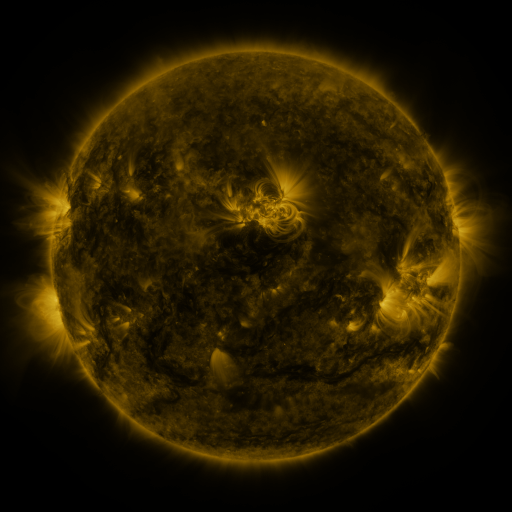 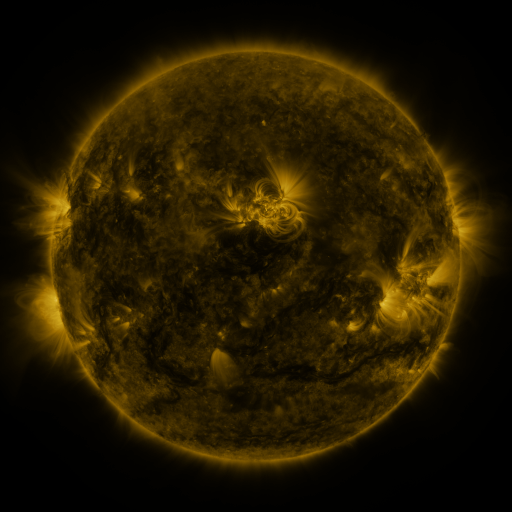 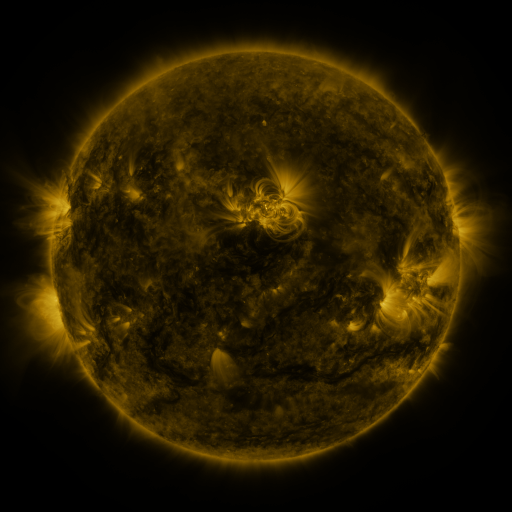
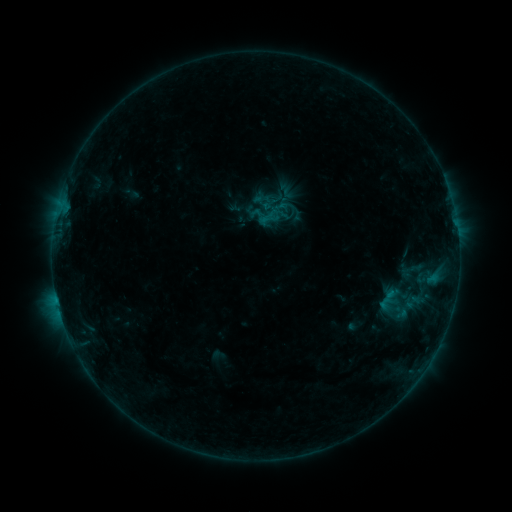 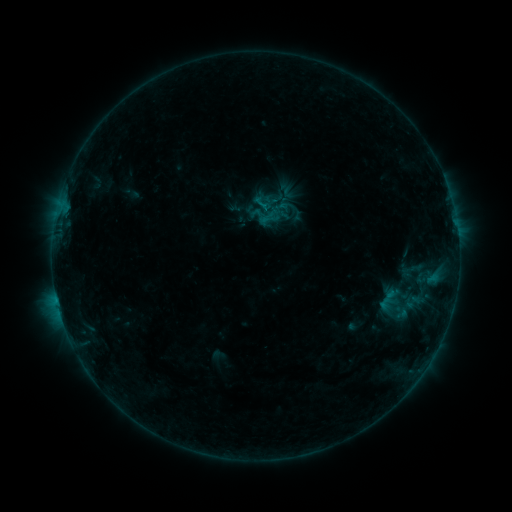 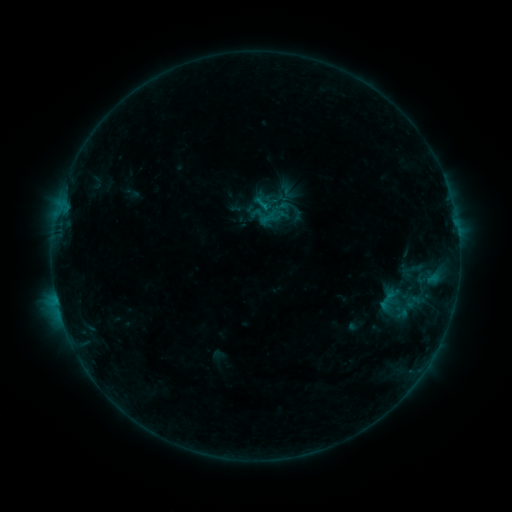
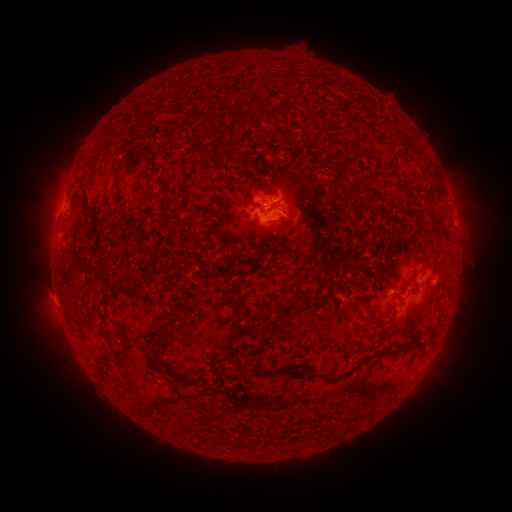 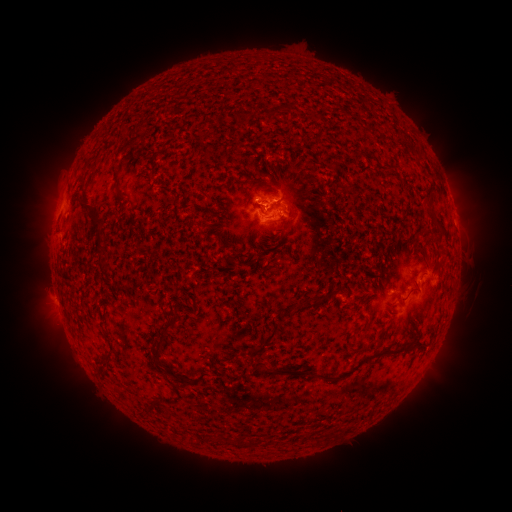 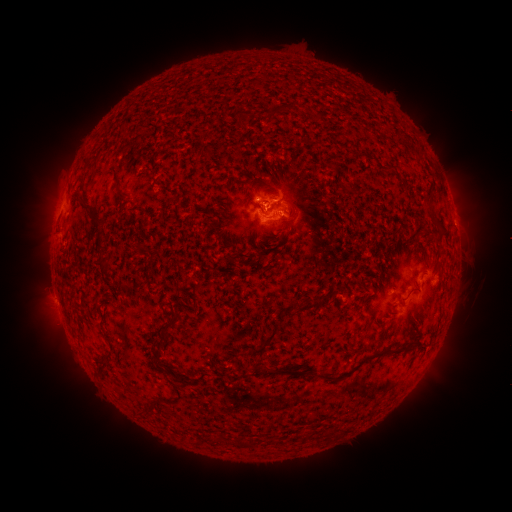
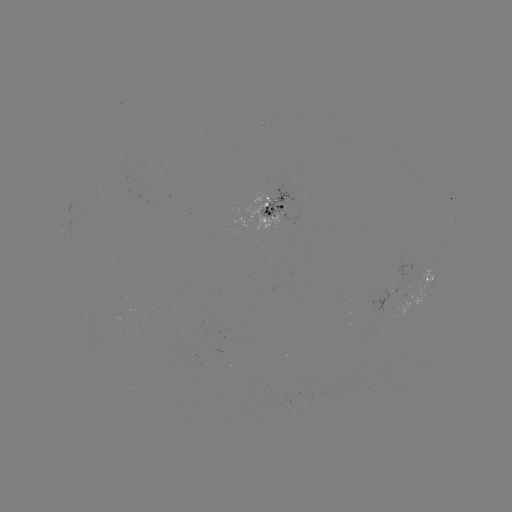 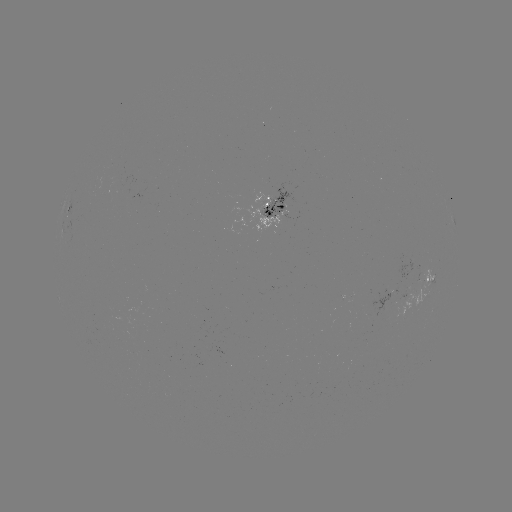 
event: flare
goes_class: B6.7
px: (262, 209)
